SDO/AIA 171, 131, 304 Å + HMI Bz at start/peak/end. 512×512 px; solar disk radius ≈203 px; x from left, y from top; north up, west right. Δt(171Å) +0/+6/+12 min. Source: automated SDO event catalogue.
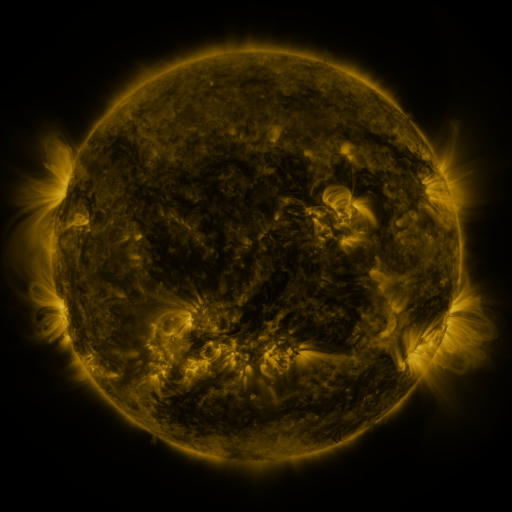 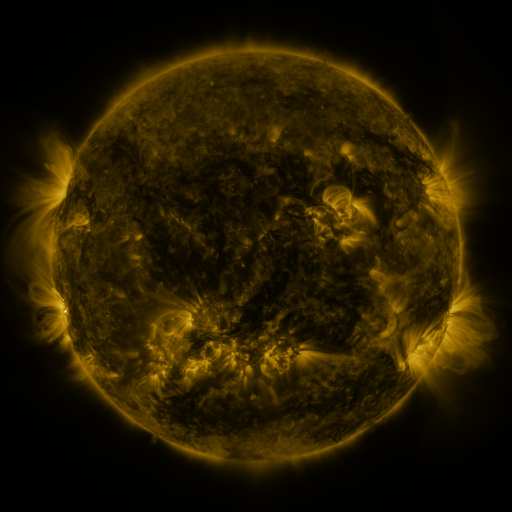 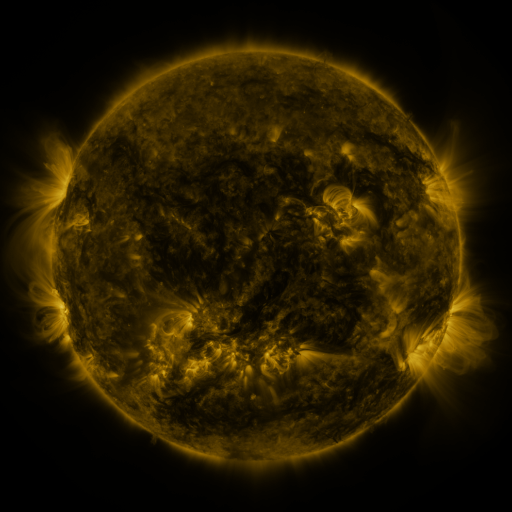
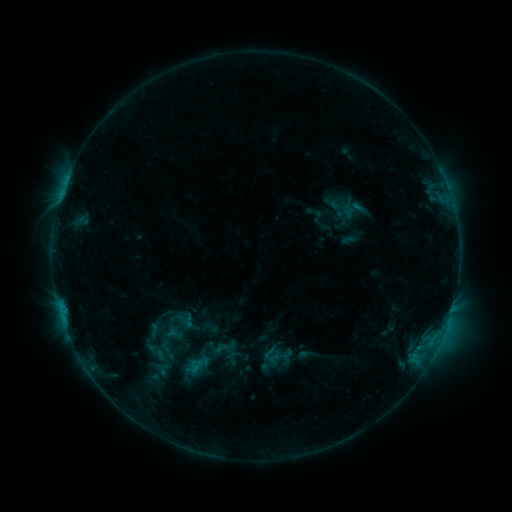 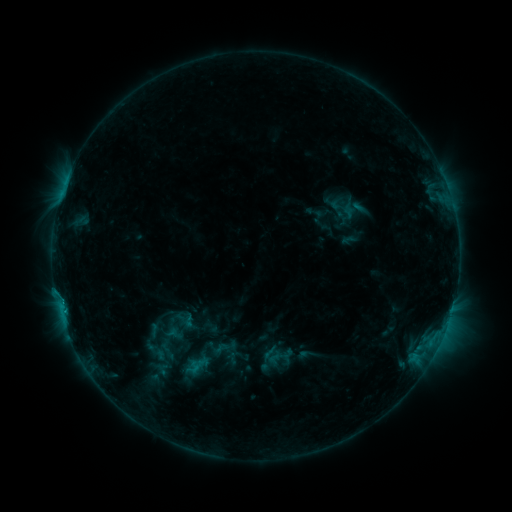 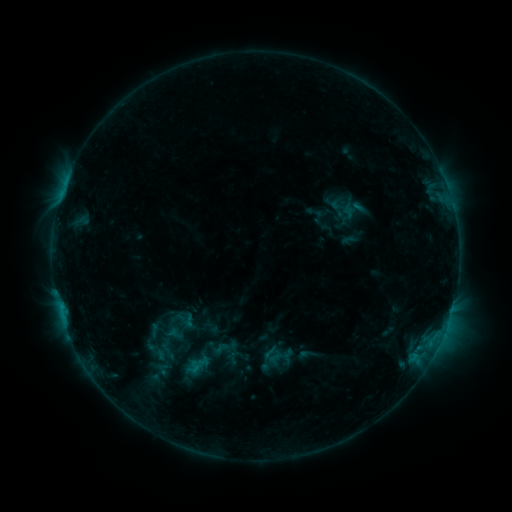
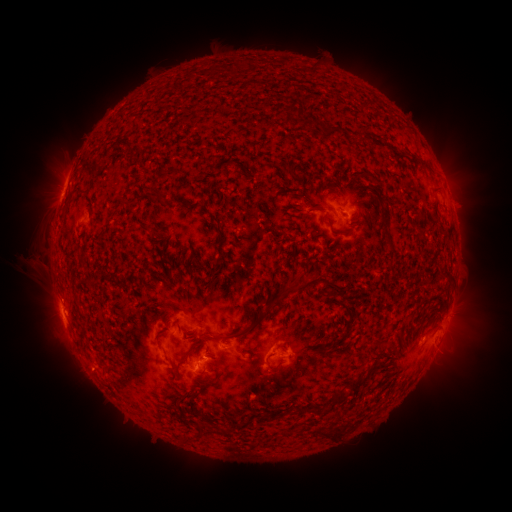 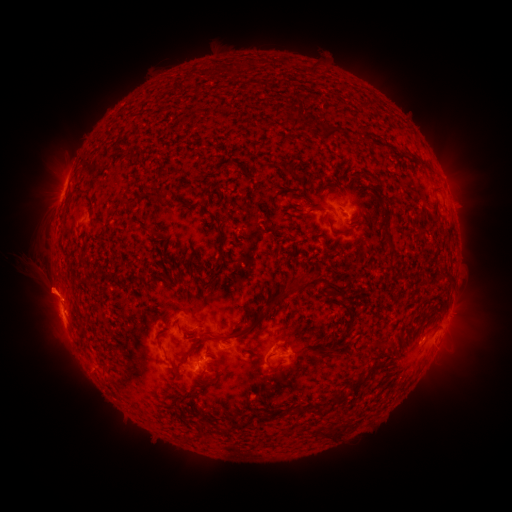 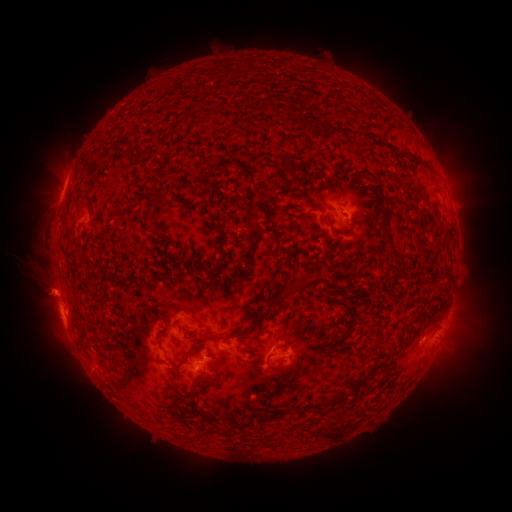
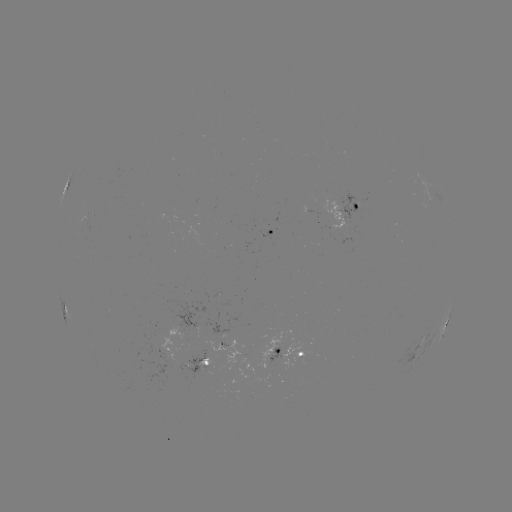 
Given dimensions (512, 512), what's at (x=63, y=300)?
C1.0 flare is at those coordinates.